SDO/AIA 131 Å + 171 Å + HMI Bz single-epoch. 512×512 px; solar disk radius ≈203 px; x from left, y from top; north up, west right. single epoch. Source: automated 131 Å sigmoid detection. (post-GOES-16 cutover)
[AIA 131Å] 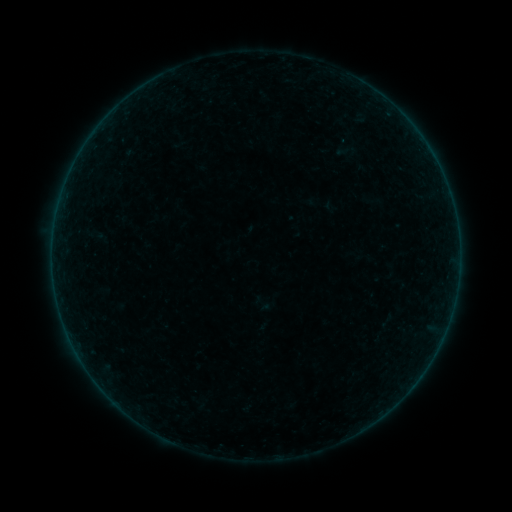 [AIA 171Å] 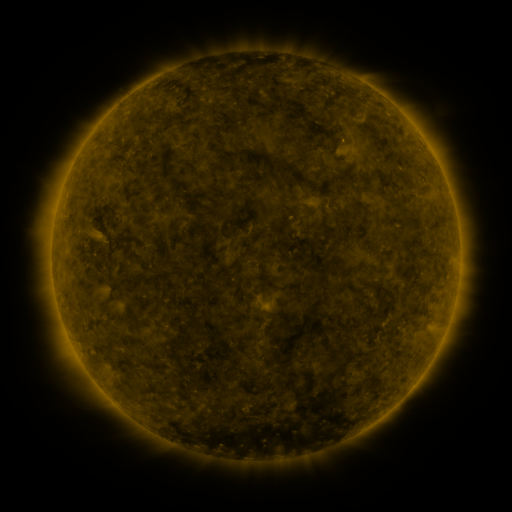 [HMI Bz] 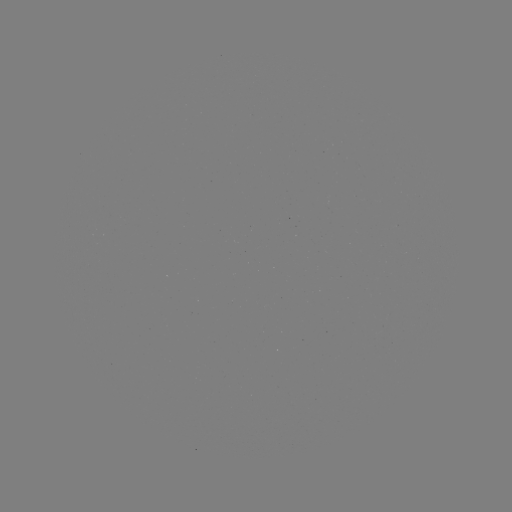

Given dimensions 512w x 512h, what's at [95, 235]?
sigmoid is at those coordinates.